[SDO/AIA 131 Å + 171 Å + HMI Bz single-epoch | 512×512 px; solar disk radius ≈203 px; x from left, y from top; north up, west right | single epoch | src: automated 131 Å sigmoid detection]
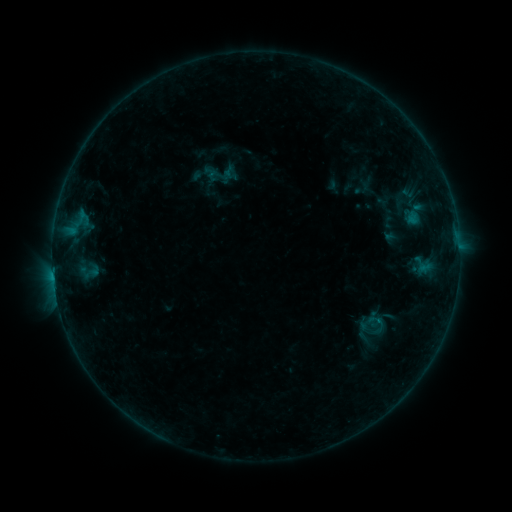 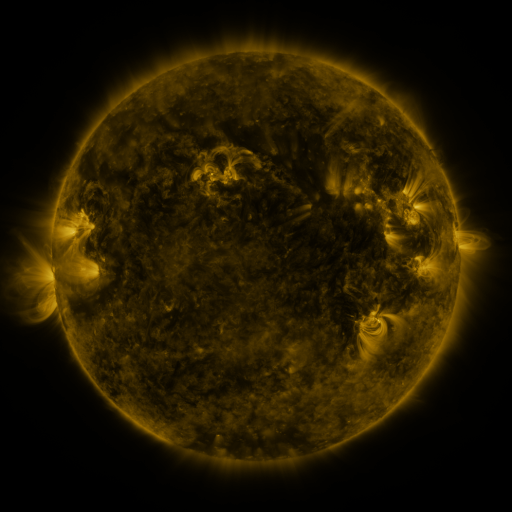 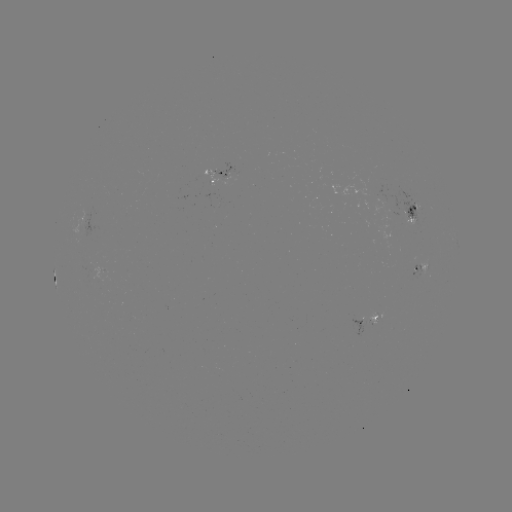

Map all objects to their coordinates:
sigmoid: (377, 323)
